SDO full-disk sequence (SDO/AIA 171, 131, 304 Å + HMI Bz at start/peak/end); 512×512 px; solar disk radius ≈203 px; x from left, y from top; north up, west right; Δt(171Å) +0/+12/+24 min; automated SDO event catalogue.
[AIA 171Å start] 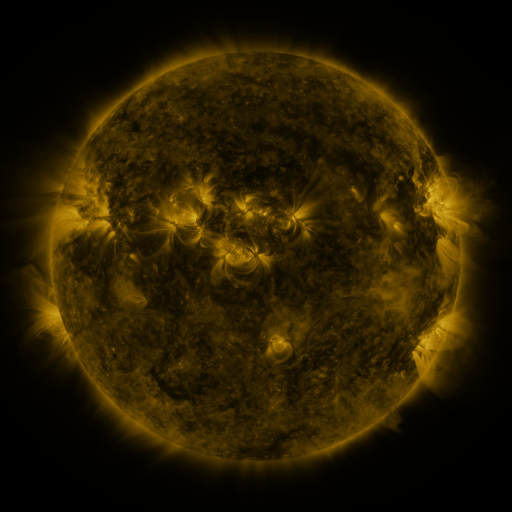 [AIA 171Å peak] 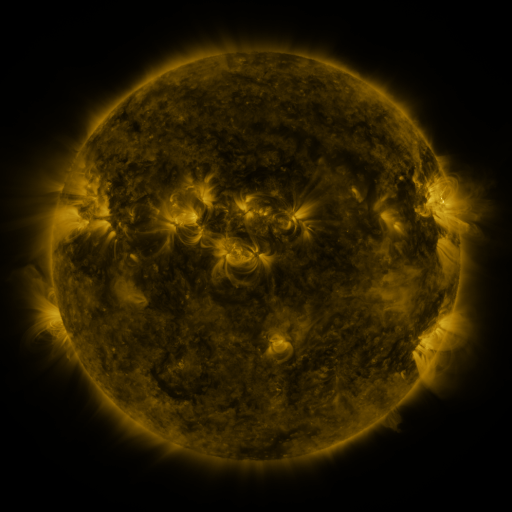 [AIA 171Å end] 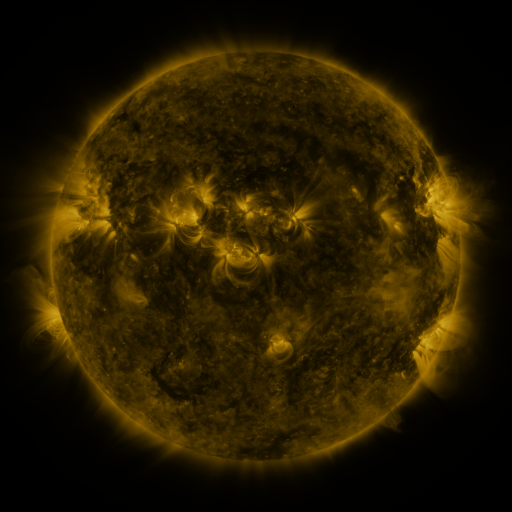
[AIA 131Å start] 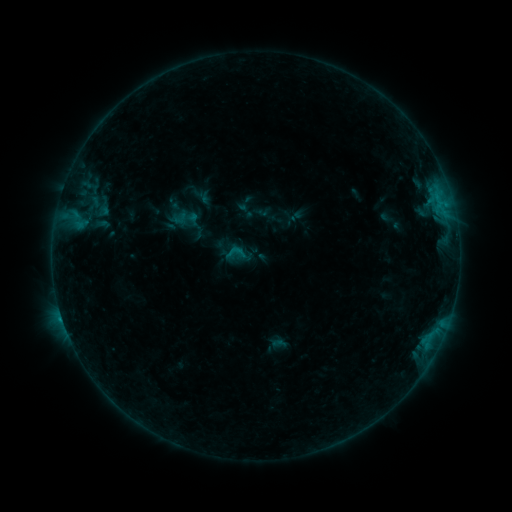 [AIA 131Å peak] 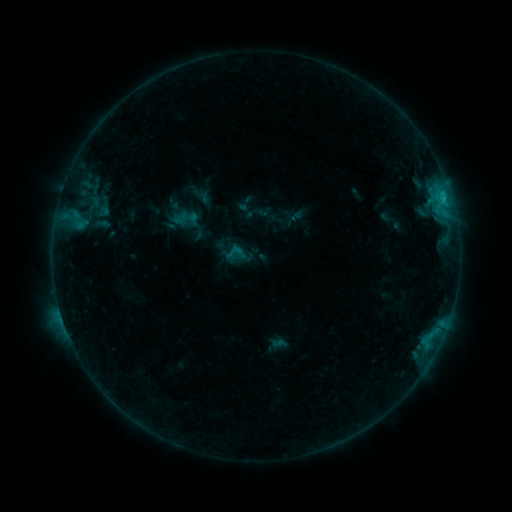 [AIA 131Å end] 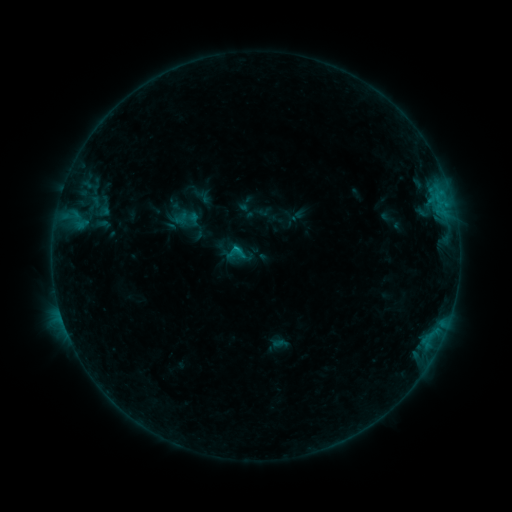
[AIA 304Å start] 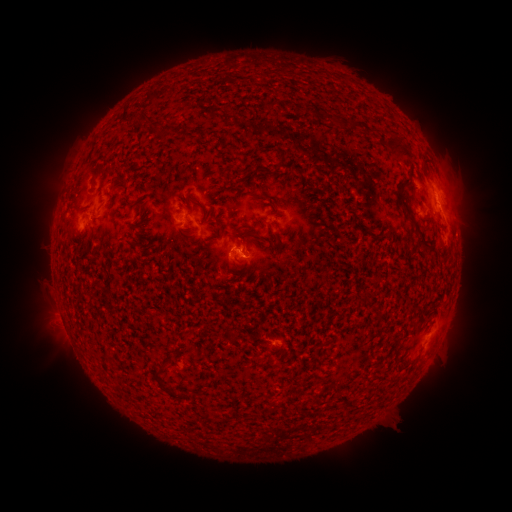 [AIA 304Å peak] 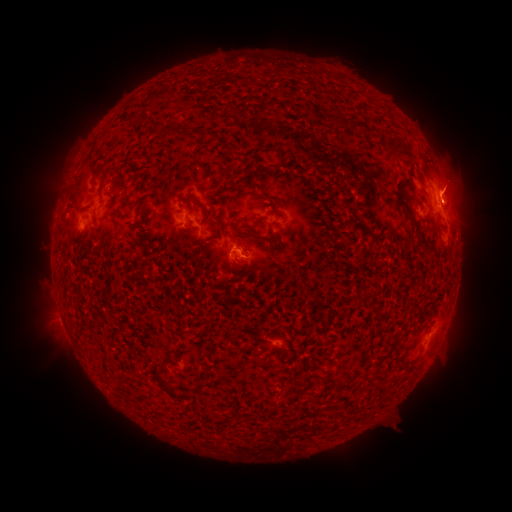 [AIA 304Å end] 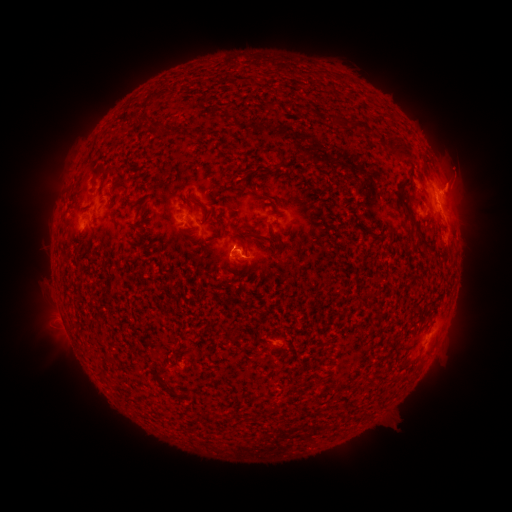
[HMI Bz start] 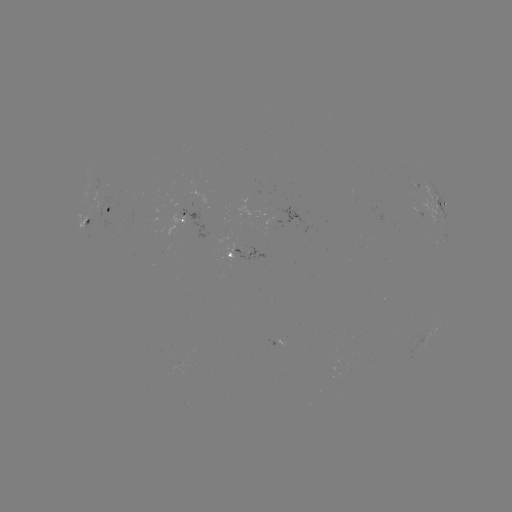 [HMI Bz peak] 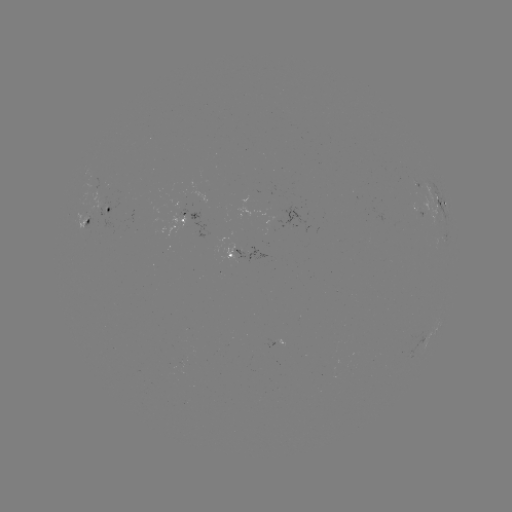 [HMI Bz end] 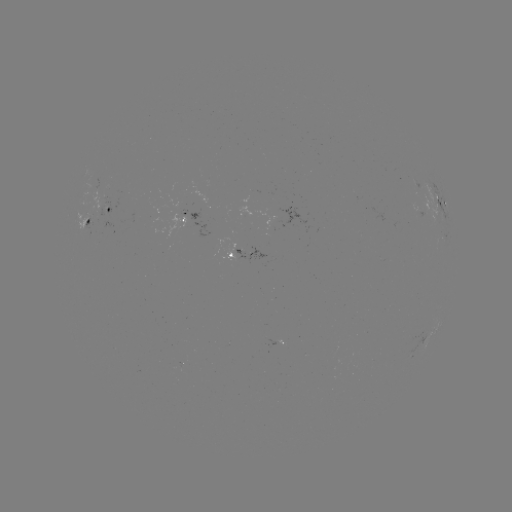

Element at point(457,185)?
eruption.